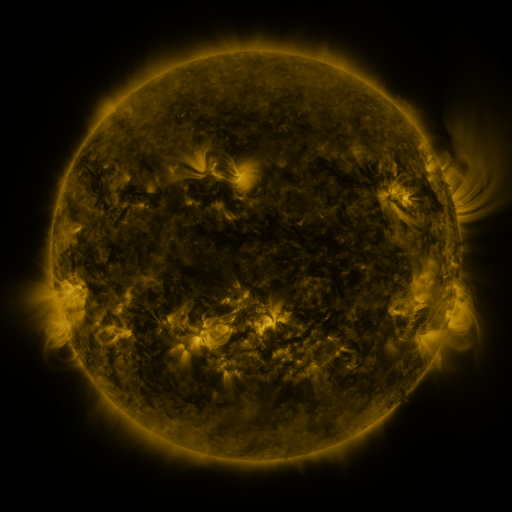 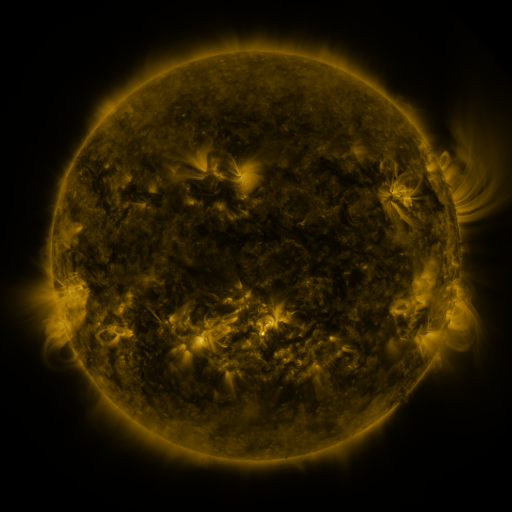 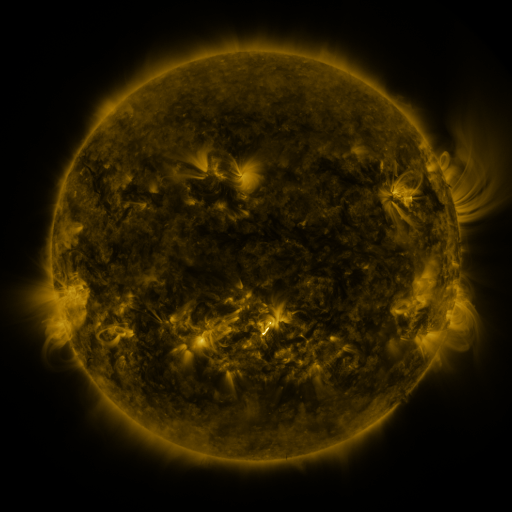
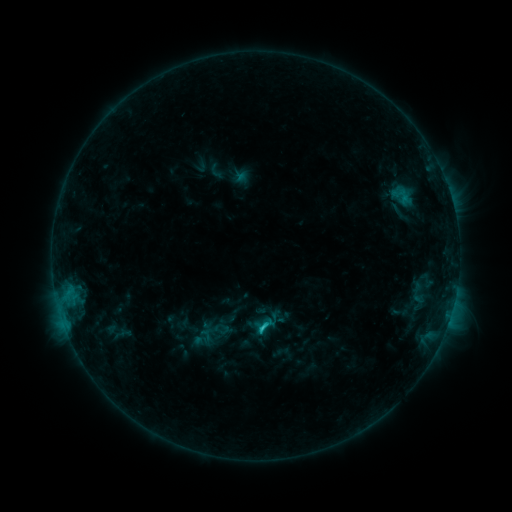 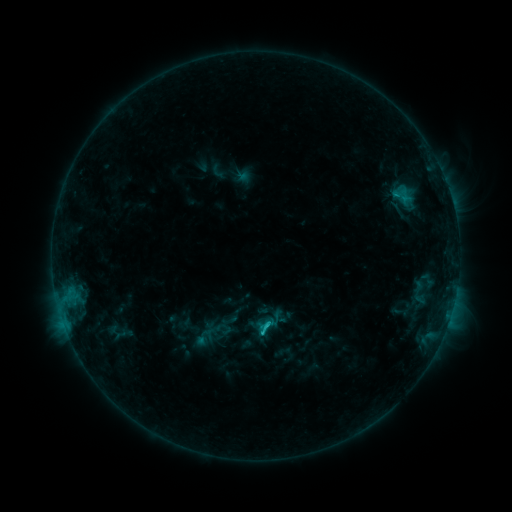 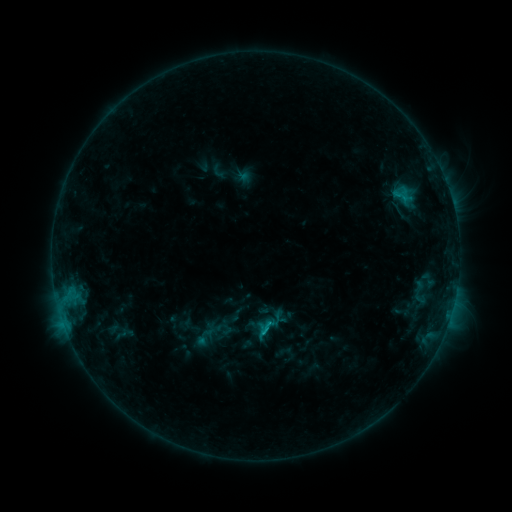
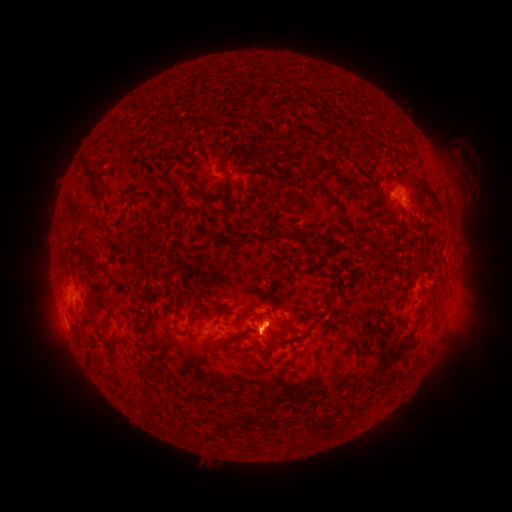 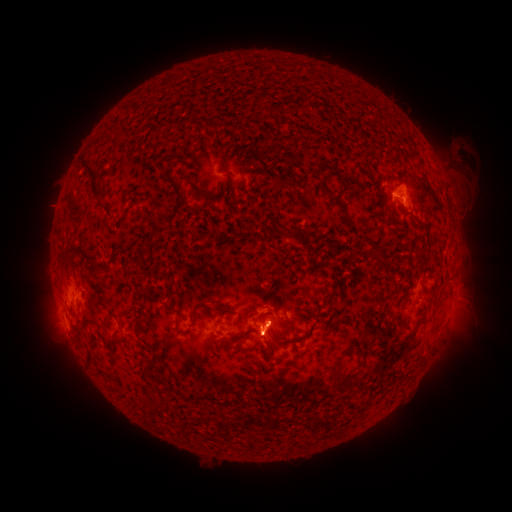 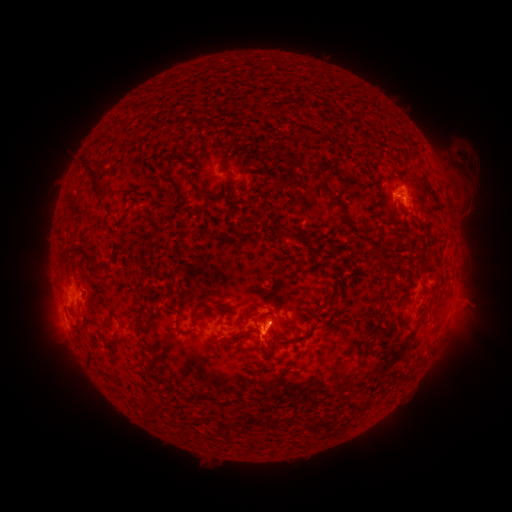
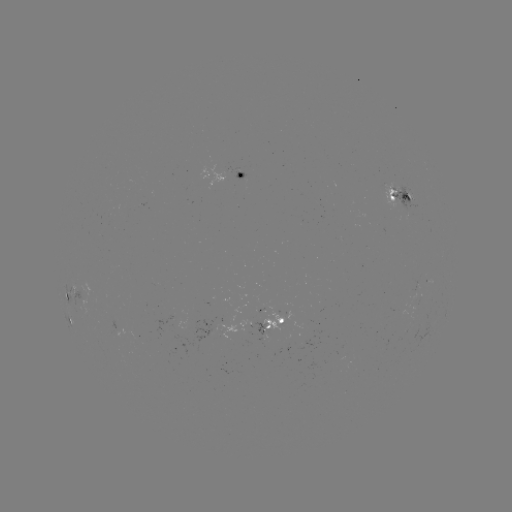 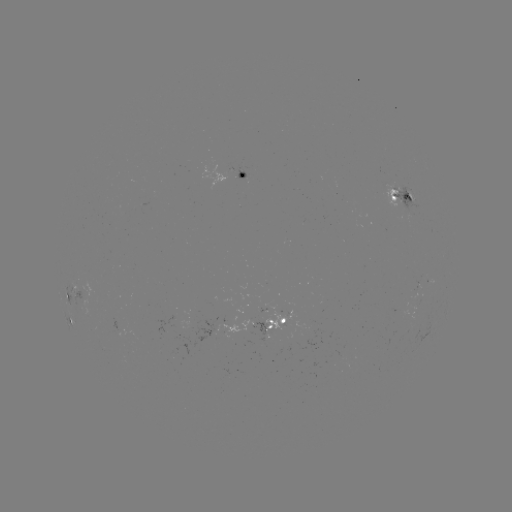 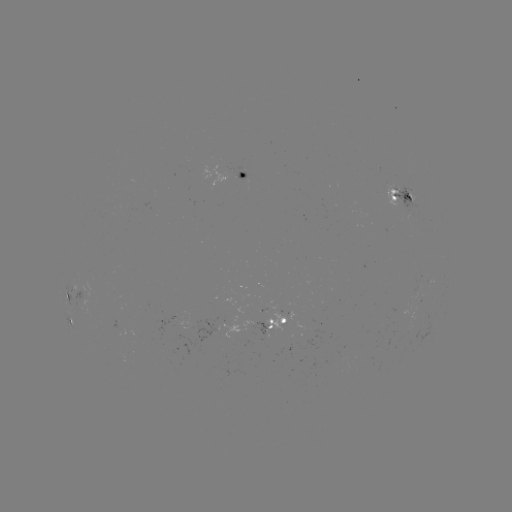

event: emerging-flux region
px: (182, 329)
